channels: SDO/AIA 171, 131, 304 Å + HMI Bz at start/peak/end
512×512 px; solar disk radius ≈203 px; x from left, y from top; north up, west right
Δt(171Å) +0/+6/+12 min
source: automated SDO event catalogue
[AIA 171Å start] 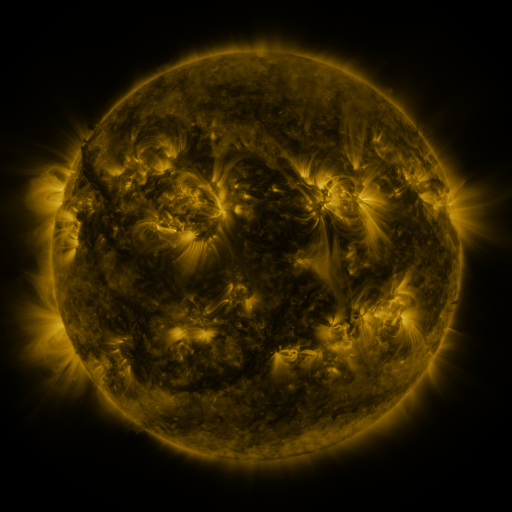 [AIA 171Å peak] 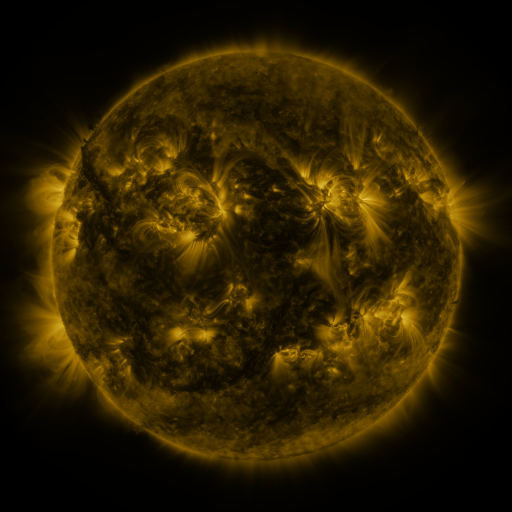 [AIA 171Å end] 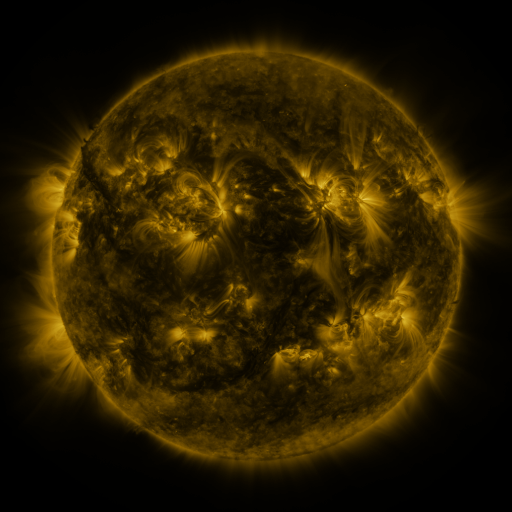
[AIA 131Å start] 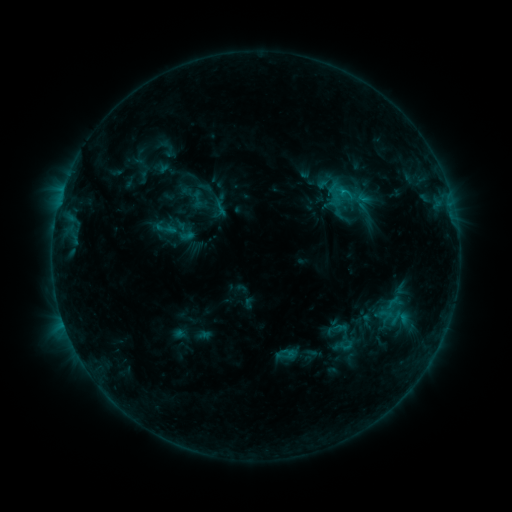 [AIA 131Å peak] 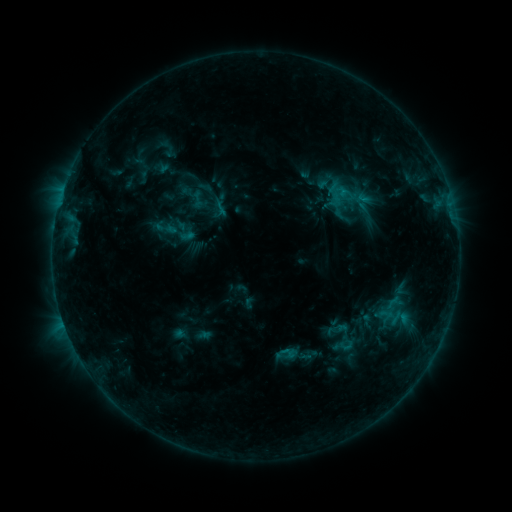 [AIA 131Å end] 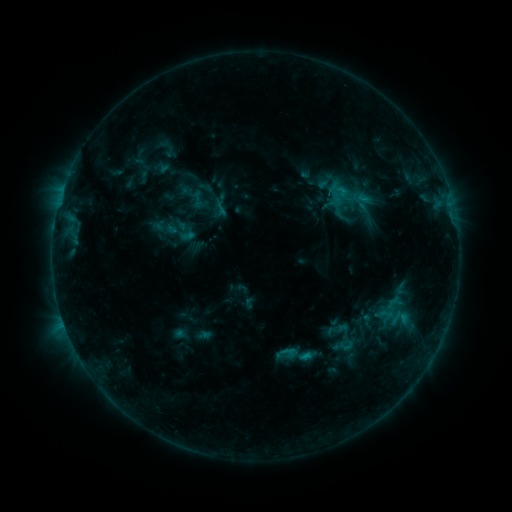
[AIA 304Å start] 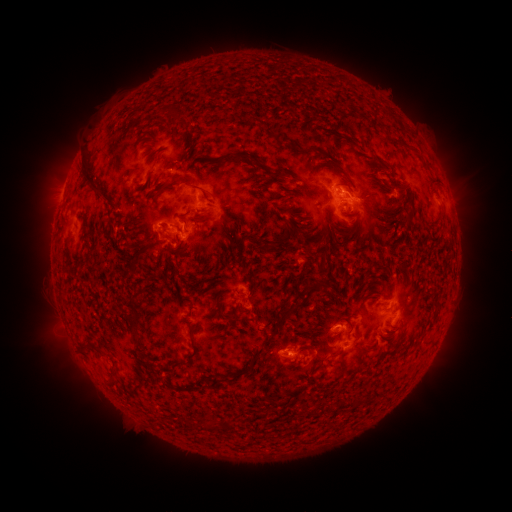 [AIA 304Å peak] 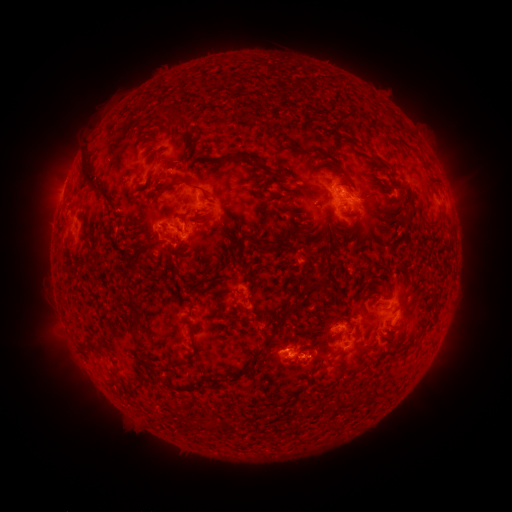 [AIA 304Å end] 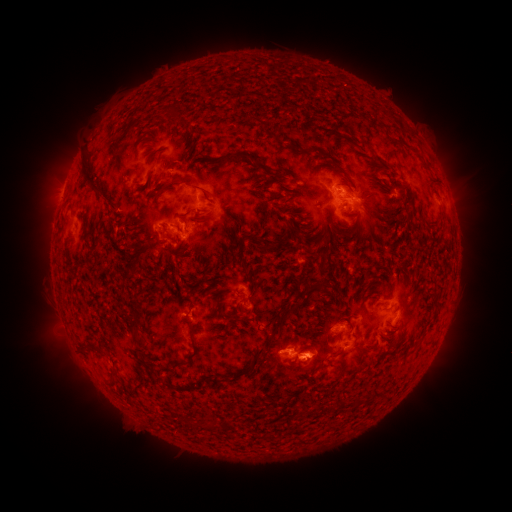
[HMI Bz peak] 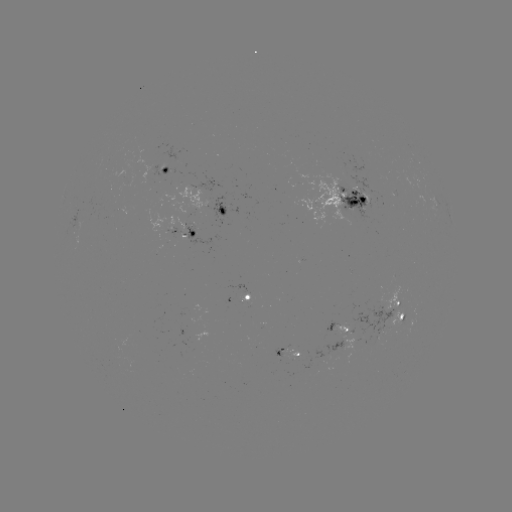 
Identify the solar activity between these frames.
eruption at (315, 352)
